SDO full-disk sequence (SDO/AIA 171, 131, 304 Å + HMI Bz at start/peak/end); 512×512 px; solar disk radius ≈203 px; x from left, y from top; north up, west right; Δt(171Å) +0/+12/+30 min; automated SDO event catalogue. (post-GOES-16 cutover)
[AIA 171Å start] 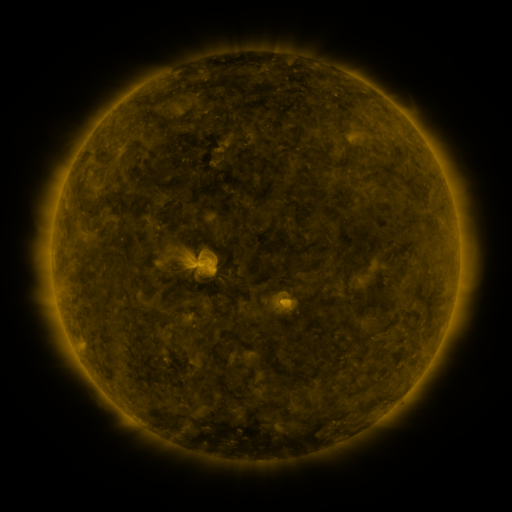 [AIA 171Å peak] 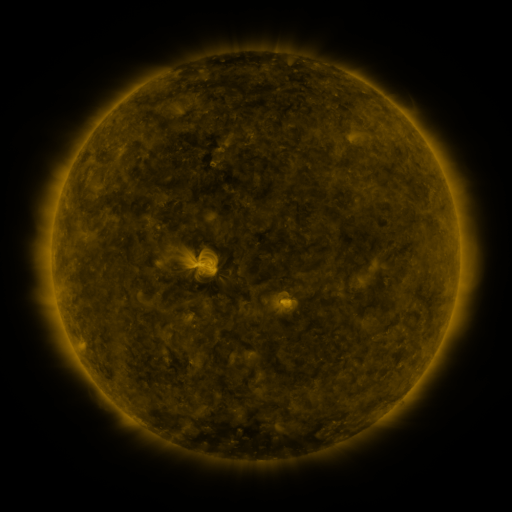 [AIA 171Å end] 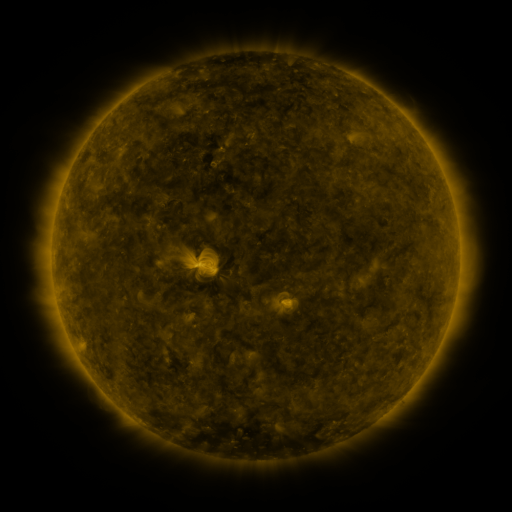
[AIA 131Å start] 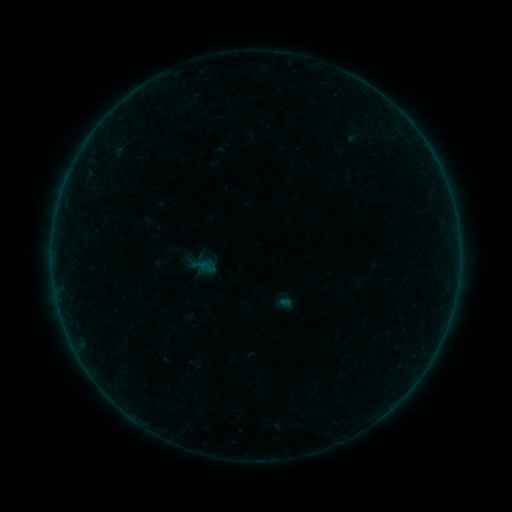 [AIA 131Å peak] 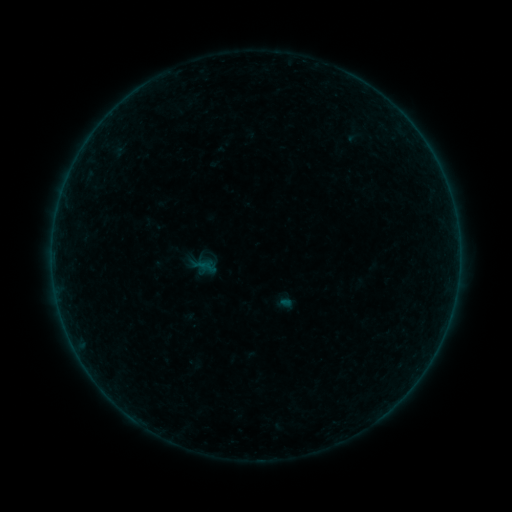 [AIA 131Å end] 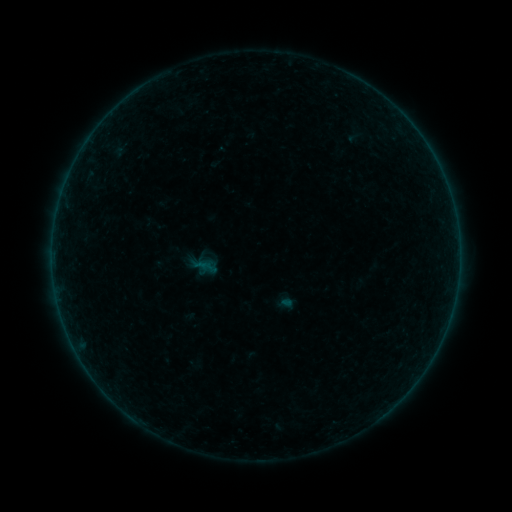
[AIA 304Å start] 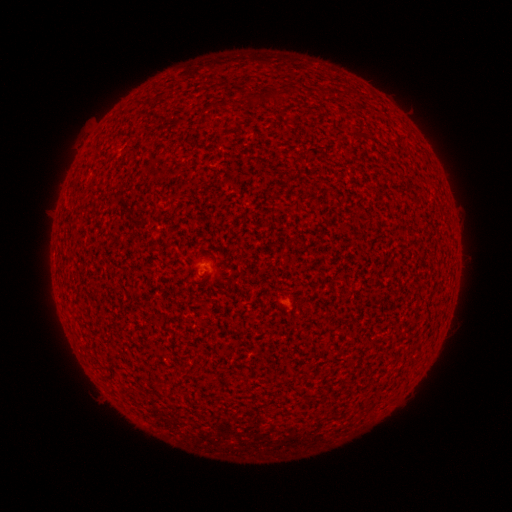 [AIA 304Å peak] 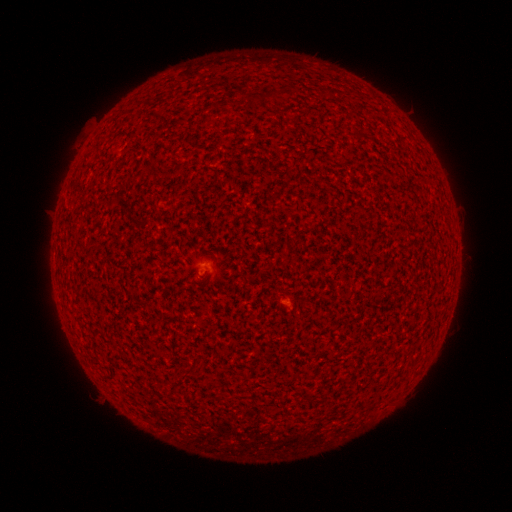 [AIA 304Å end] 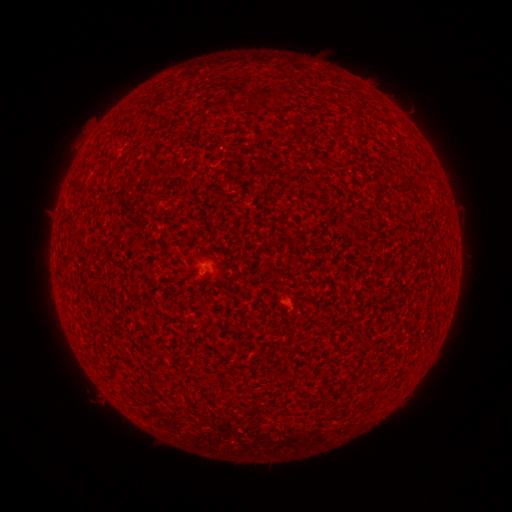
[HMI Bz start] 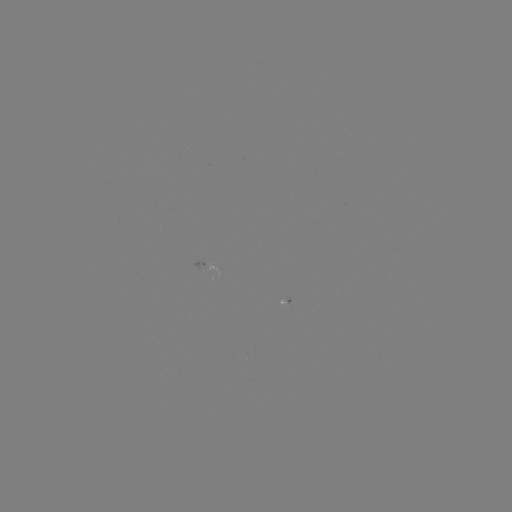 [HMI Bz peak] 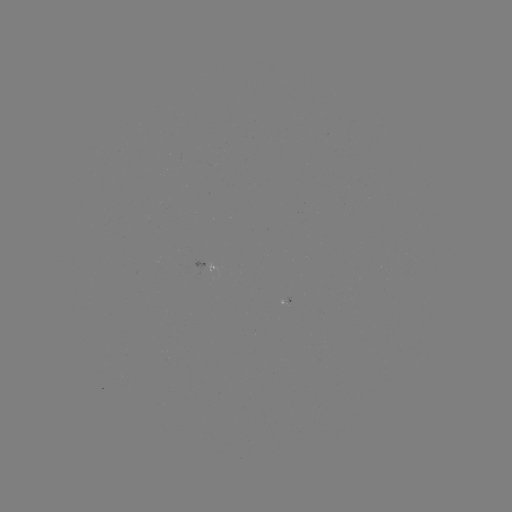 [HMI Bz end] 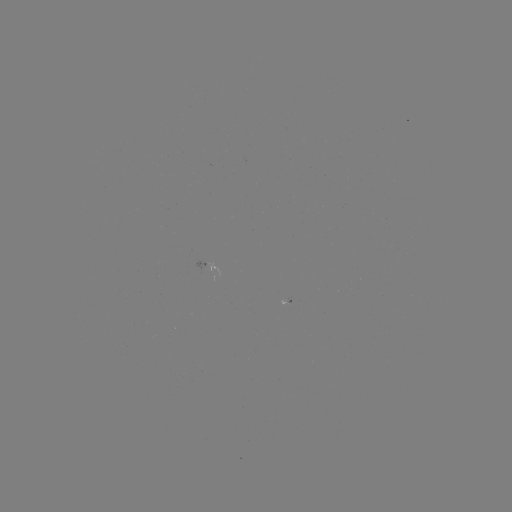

nothing was catalogued: no classed flare, no EUV trigger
